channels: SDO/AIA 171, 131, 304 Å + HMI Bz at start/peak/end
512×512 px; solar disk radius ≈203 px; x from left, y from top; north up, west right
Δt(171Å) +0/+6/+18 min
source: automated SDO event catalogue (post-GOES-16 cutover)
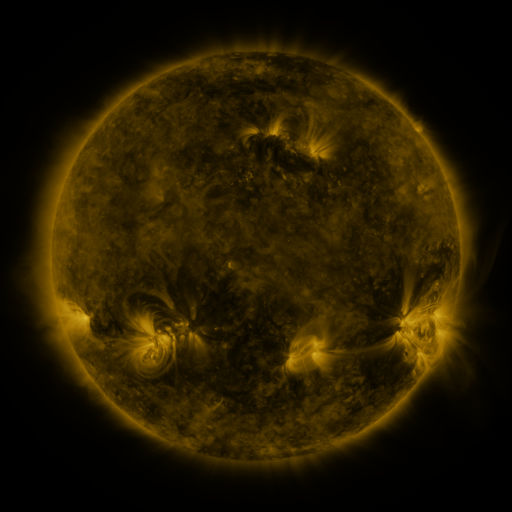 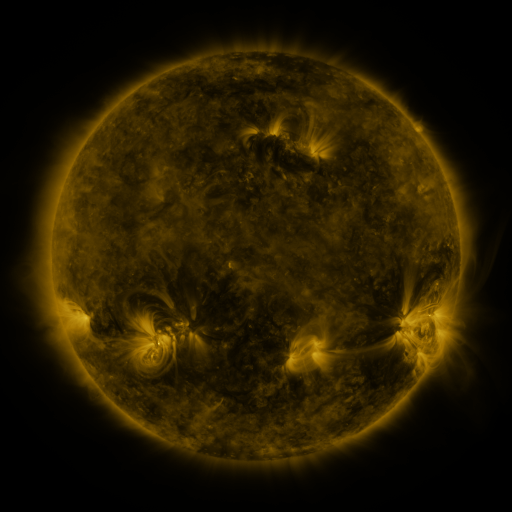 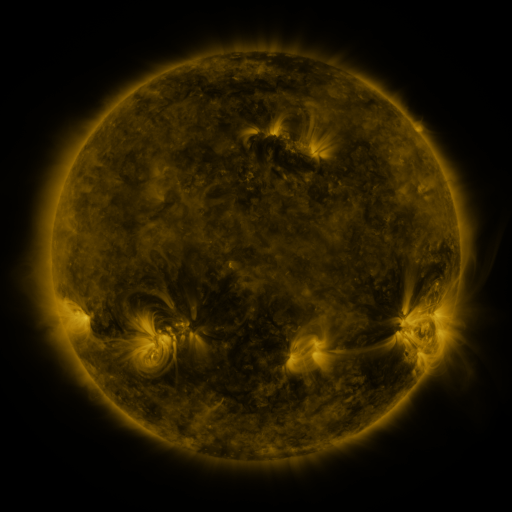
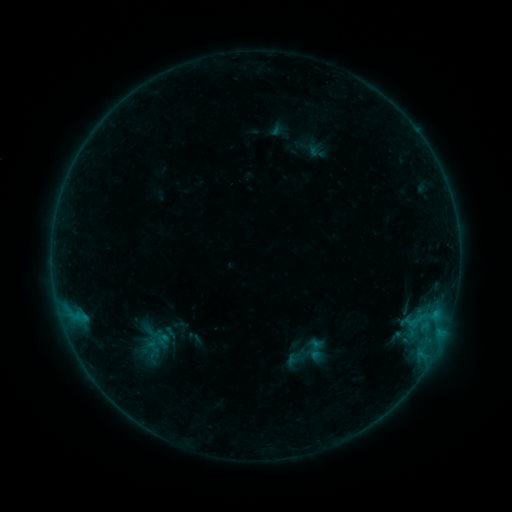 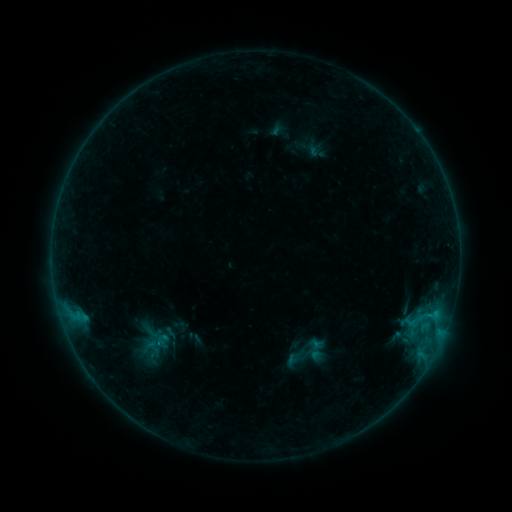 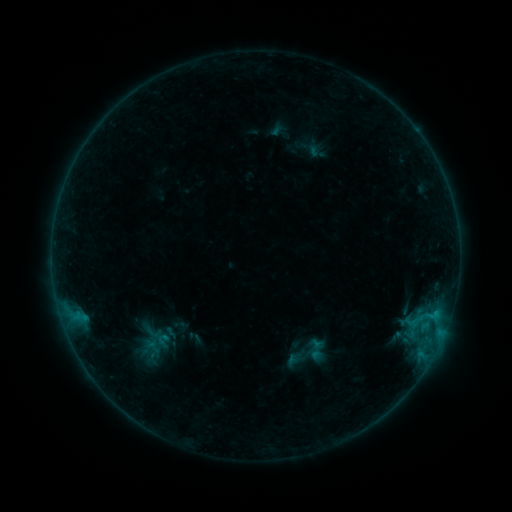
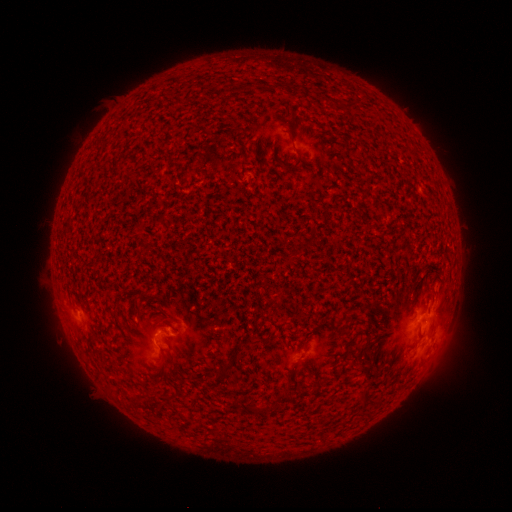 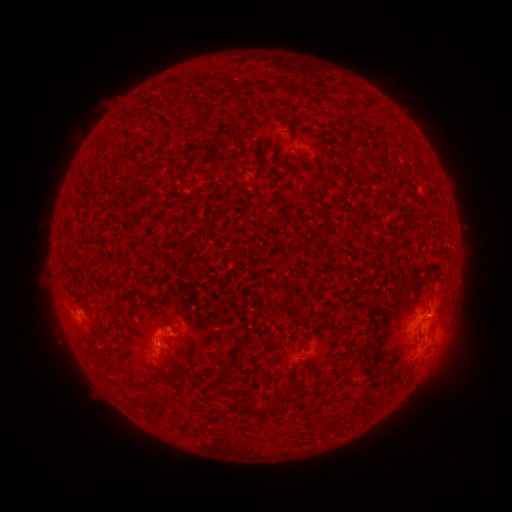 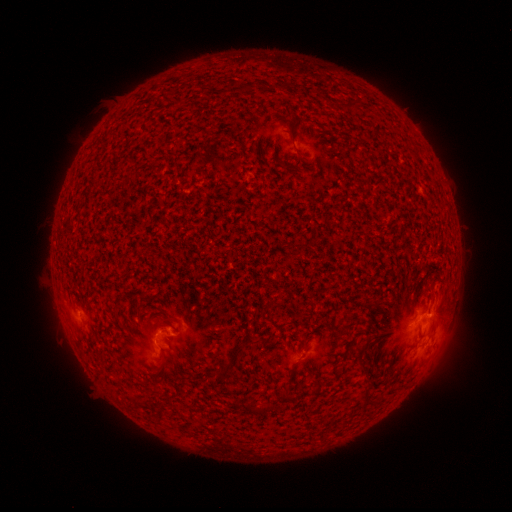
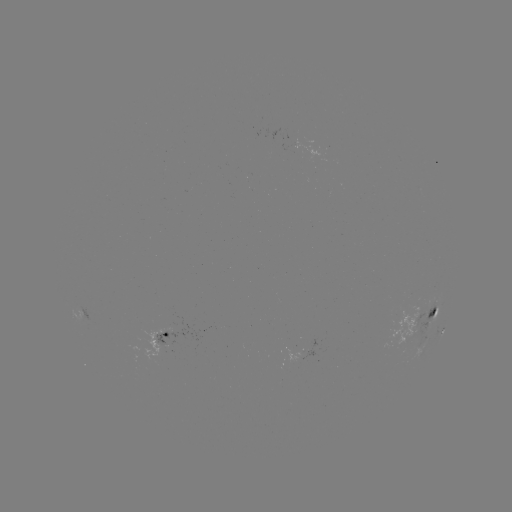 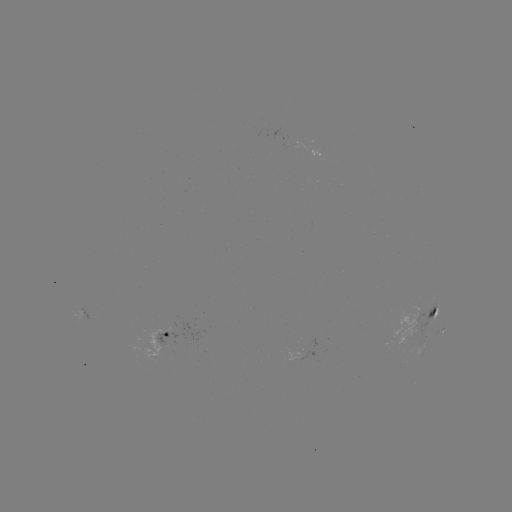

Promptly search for B5.0 flare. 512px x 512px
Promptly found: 428,312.